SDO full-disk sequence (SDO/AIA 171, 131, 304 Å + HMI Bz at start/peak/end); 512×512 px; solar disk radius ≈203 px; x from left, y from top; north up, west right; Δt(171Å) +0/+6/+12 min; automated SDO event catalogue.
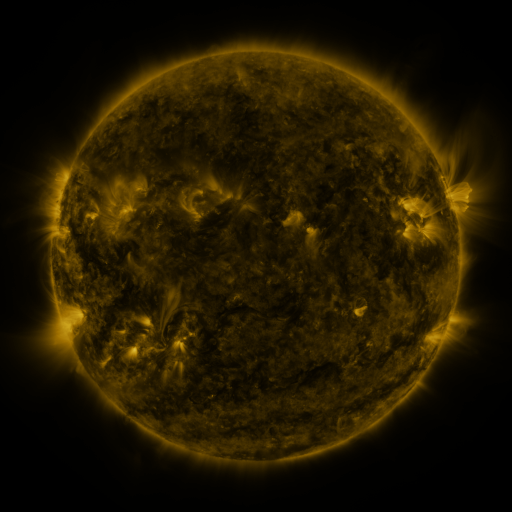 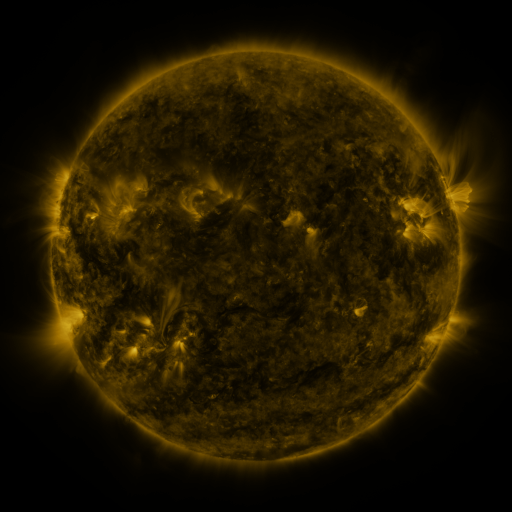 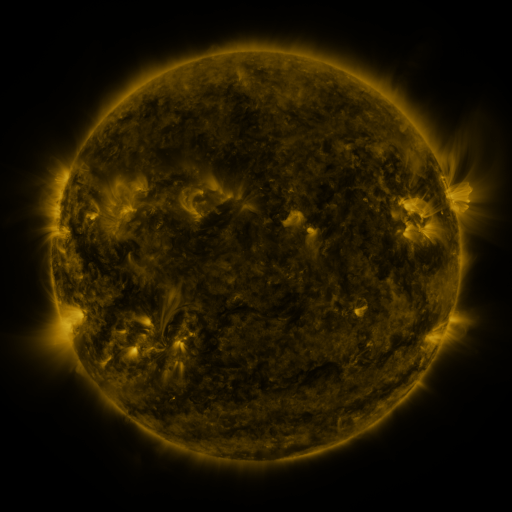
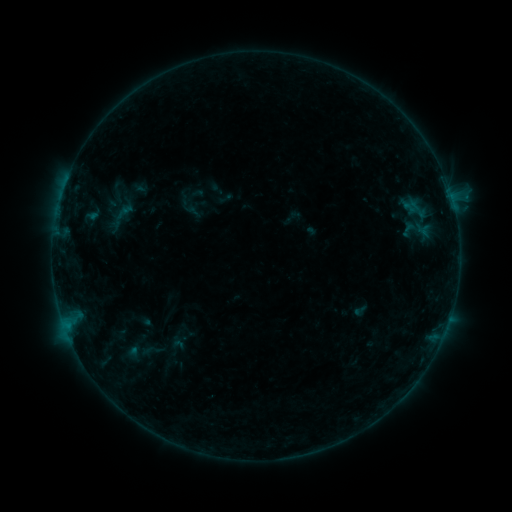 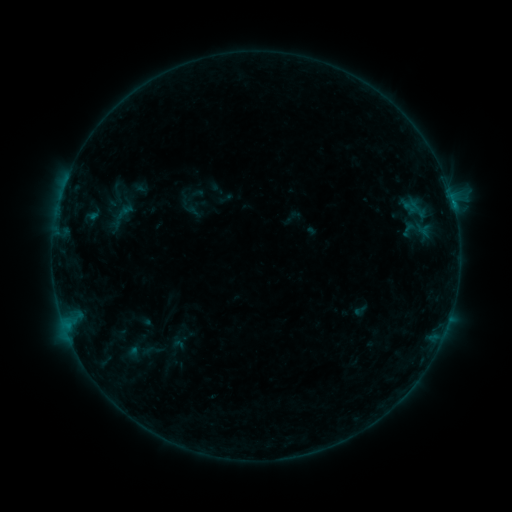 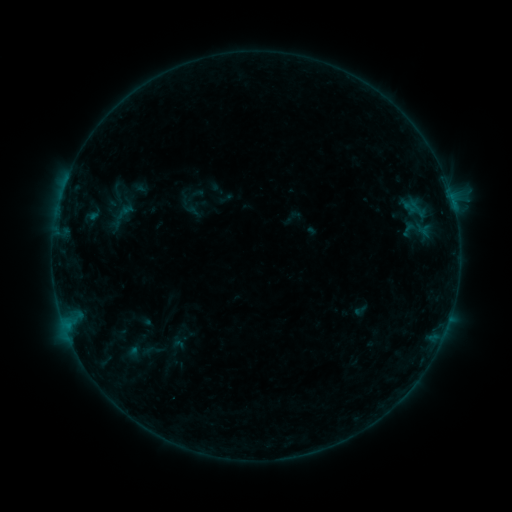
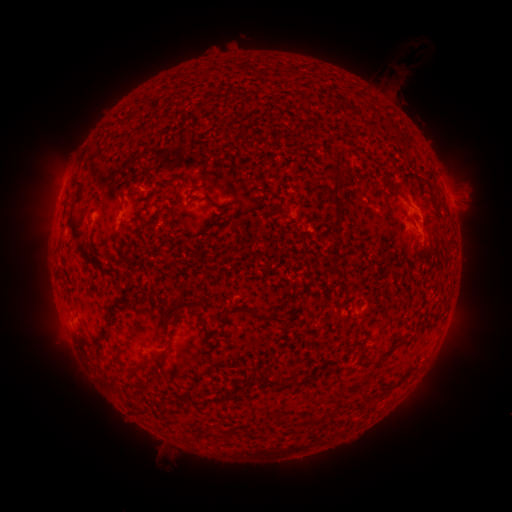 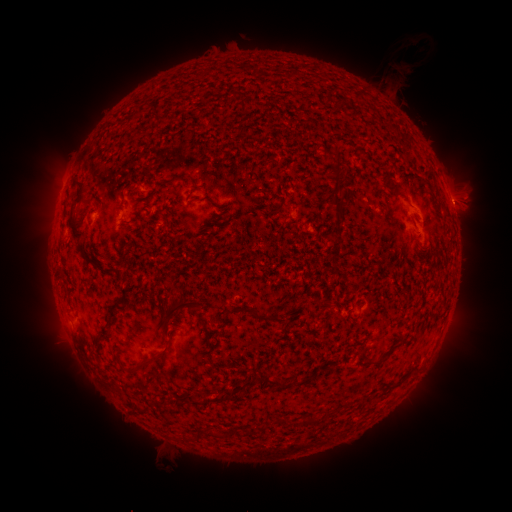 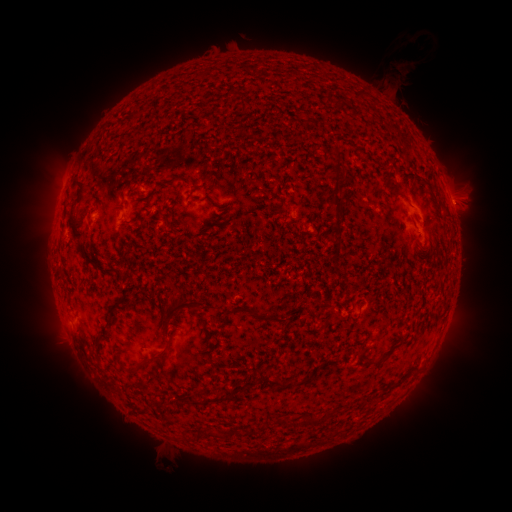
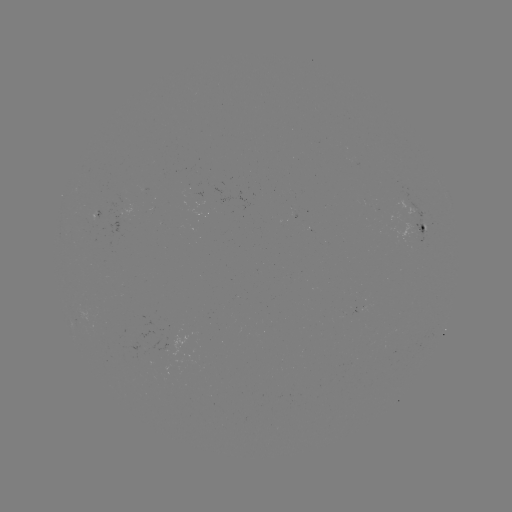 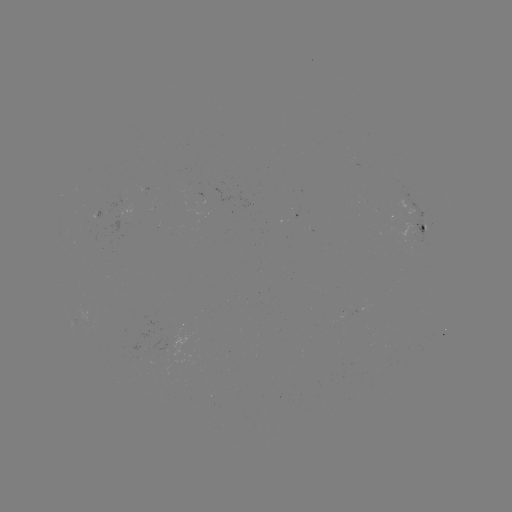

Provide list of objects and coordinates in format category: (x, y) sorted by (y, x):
B2.6 flare: (68, 325)
